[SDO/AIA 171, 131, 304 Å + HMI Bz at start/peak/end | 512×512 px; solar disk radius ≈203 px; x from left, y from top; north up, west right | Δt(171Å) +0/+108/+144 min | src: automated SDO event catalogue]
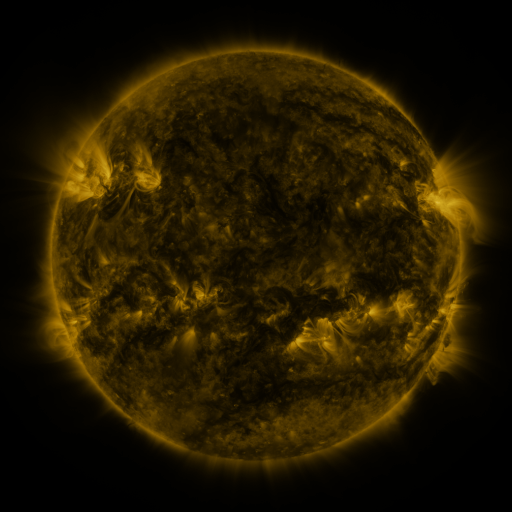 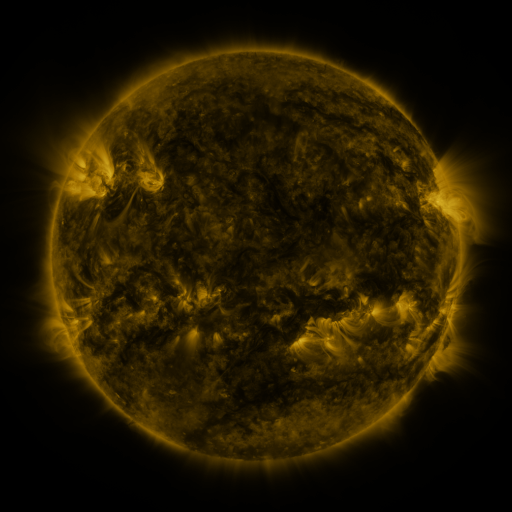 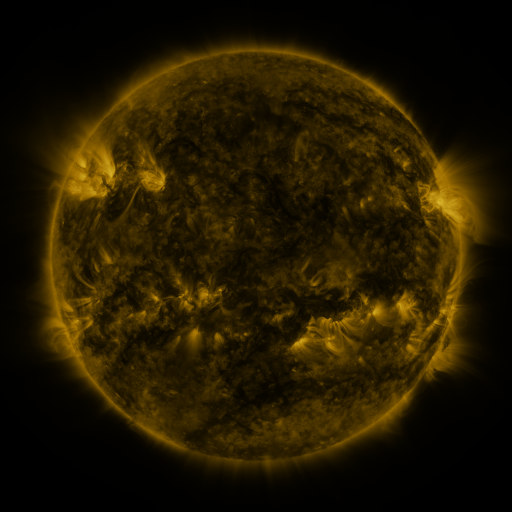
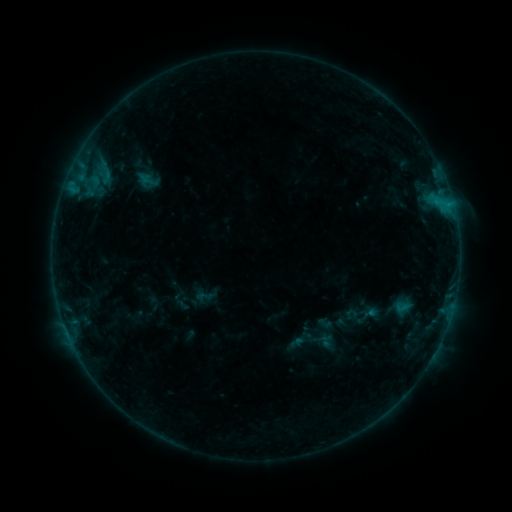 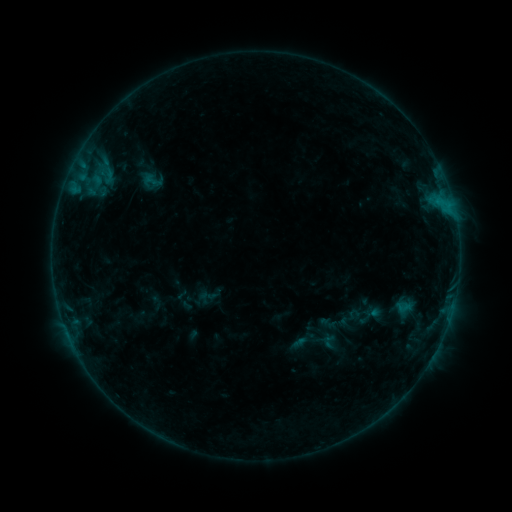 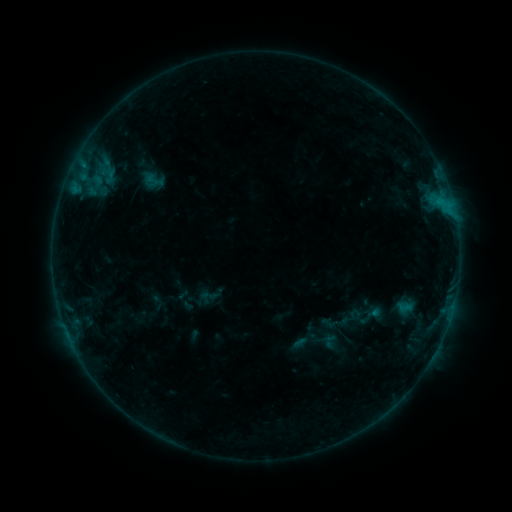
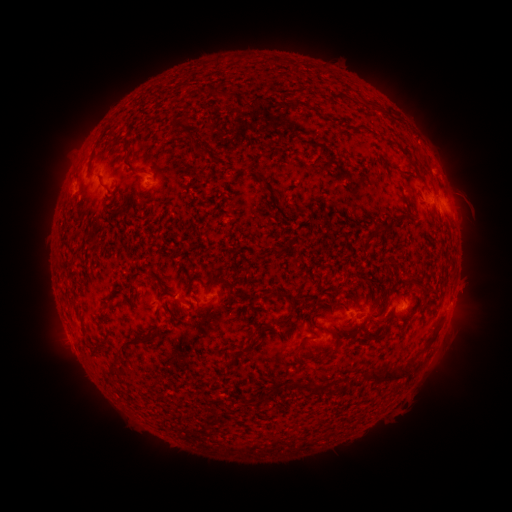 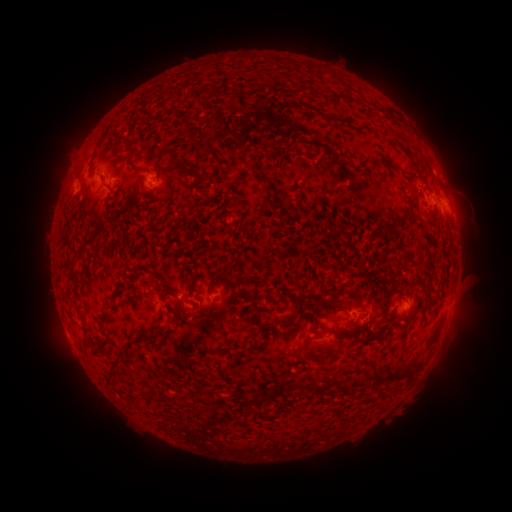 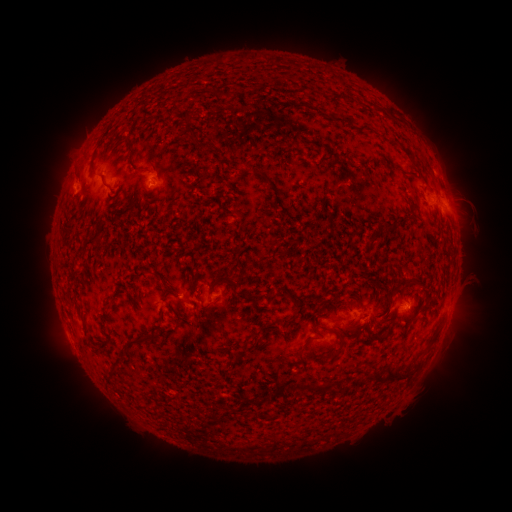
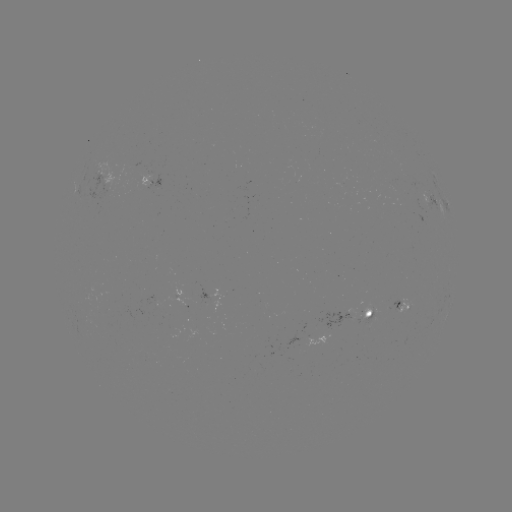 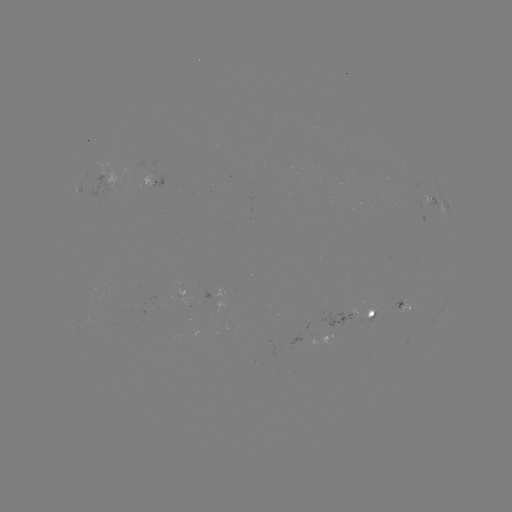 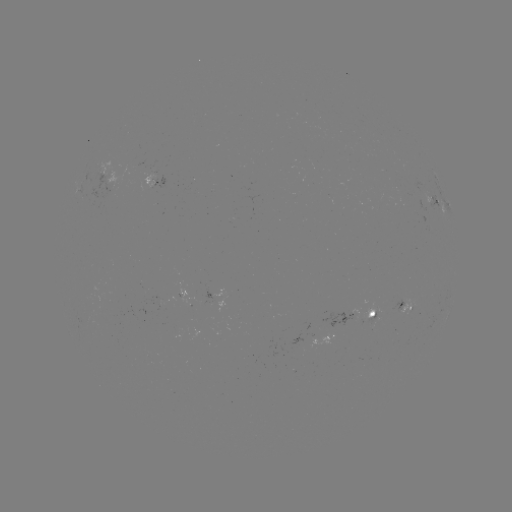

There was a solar emerging-flux region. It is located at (359, 315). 